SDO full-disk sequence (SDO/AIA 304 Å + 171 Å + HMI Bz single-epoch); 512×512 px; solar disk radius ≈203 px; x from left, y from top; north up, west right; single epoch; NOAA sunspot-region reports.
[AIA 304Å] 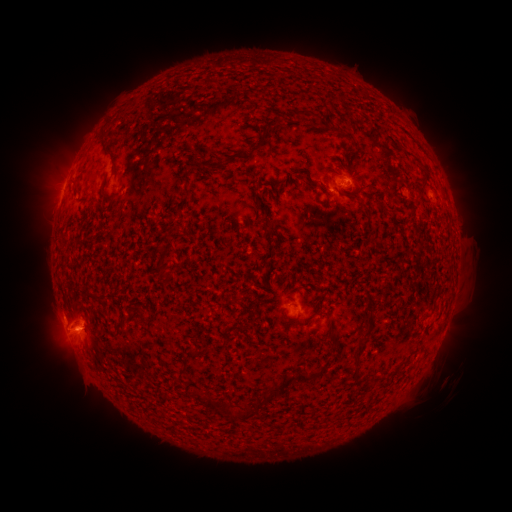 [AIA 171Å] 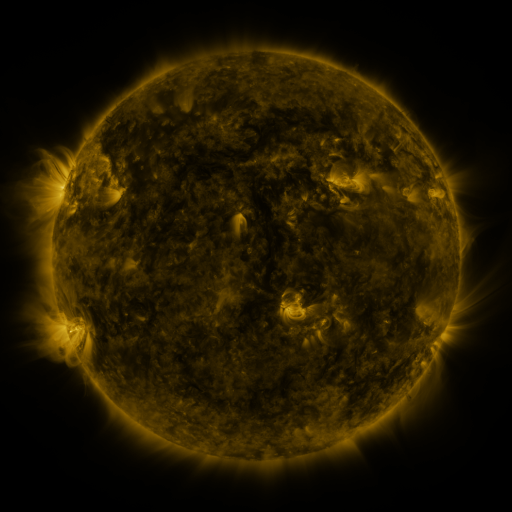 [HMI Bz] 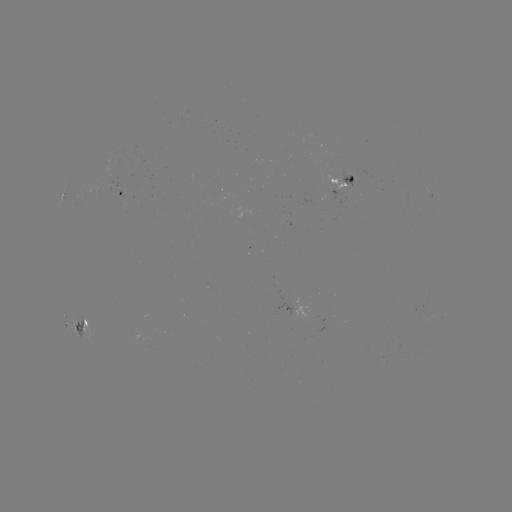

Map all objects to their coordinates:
spotted active region: (346, 183)
spotted active region: (122, 193)
spotted active region: (434, 198)
spotted active region: (296, 308)
spotted active region: (451, 312)
spotted active region: (81, 320)
